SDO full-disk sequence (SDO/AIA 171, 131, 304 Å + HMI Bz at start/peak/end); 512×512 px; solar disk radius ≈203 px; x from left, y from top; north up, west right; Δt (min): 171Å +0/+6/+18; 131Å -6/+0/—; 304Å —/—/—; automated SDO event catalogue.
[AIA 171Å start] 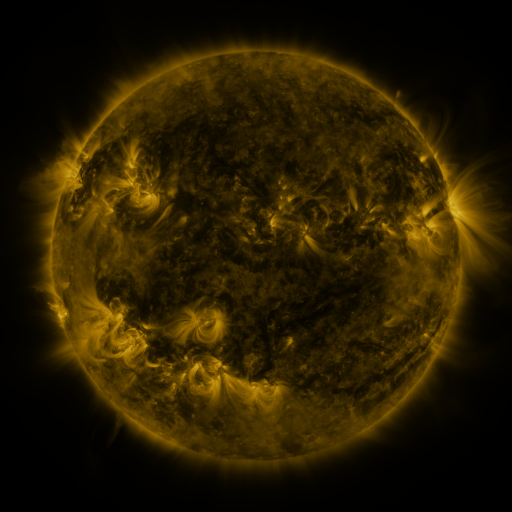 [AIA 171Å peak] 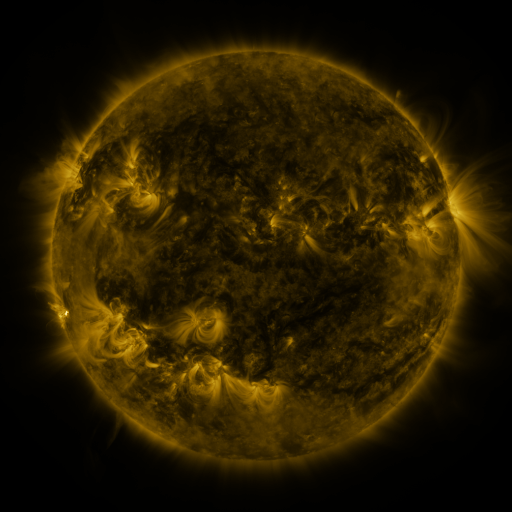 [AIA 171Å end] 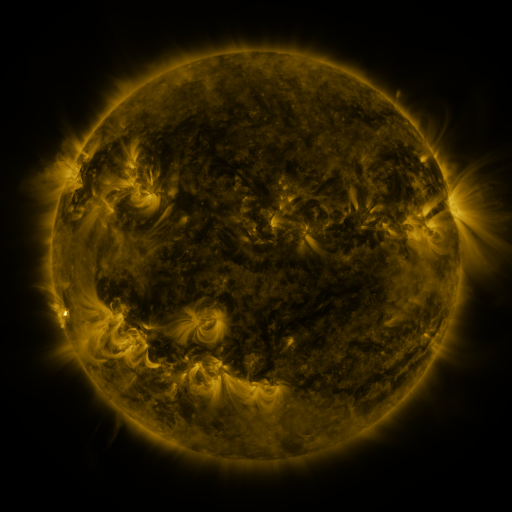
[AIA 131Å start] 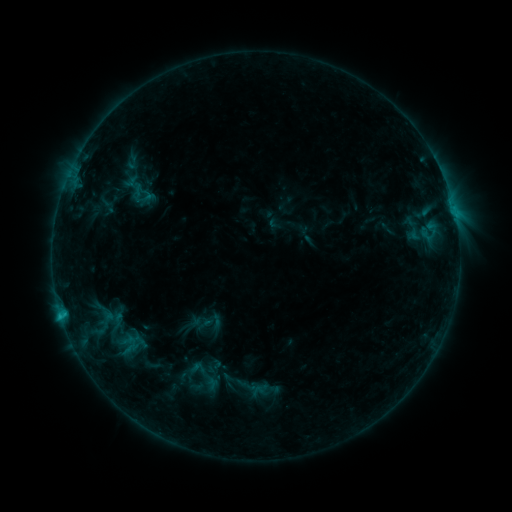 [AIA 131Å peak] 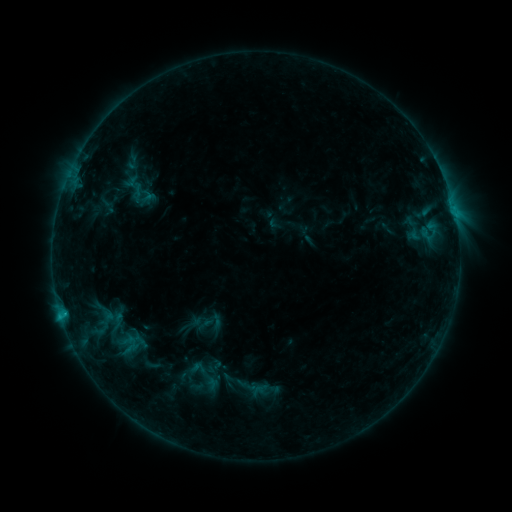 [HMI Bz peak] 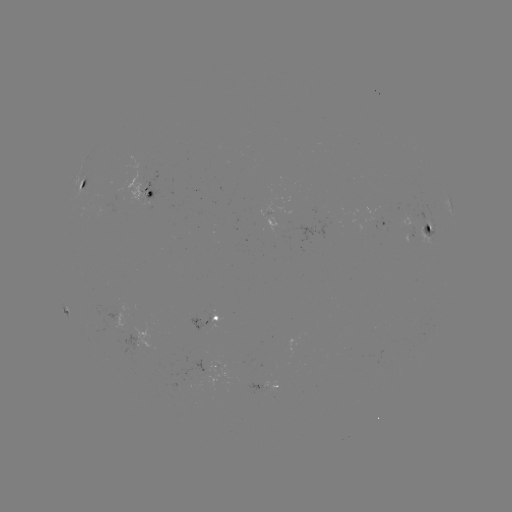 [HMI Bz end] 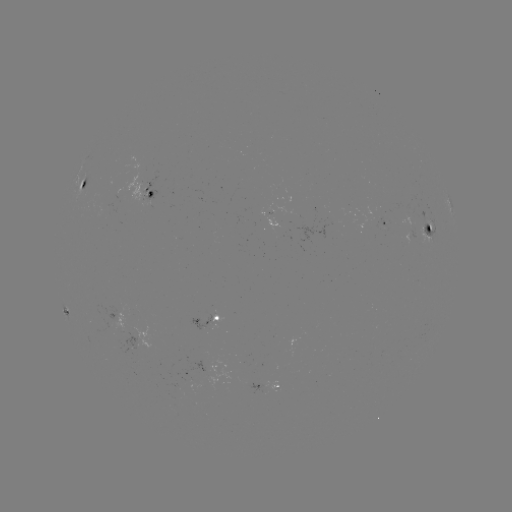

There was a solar flare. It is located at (65, 310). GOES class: C9.2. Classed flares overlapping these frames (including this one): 1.